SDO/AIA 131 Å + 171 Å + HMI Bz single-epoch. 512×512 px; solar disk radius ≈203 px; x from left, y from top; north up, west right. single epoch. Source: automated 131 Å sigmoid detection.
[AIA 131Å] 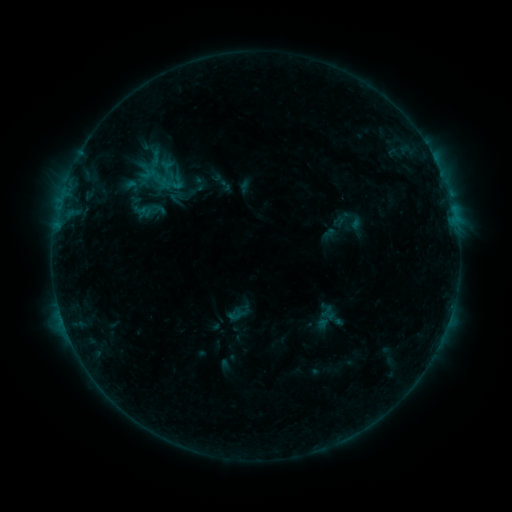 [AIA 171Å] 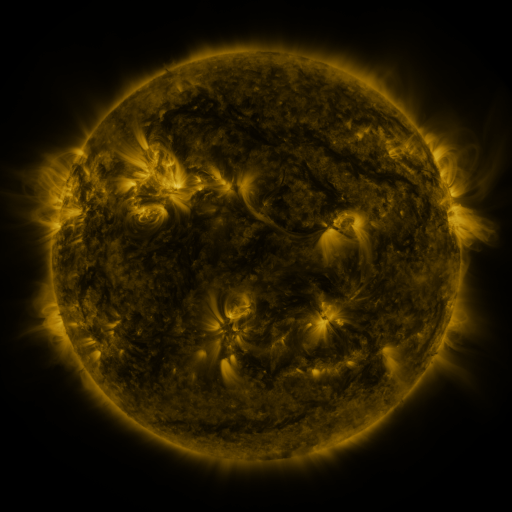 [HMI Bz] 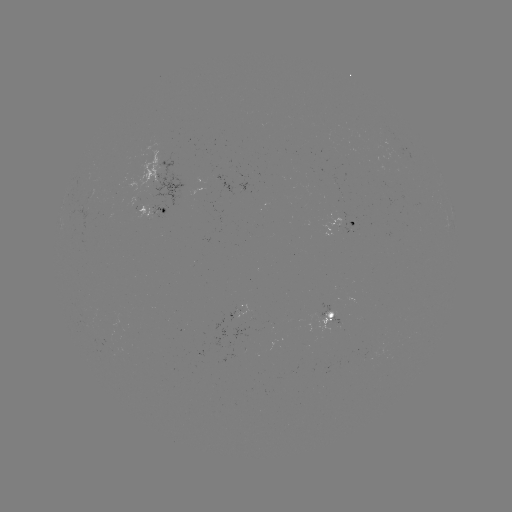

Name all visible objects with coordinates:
sigmoid: (195, 190)
sigmoid: (144, 208)
